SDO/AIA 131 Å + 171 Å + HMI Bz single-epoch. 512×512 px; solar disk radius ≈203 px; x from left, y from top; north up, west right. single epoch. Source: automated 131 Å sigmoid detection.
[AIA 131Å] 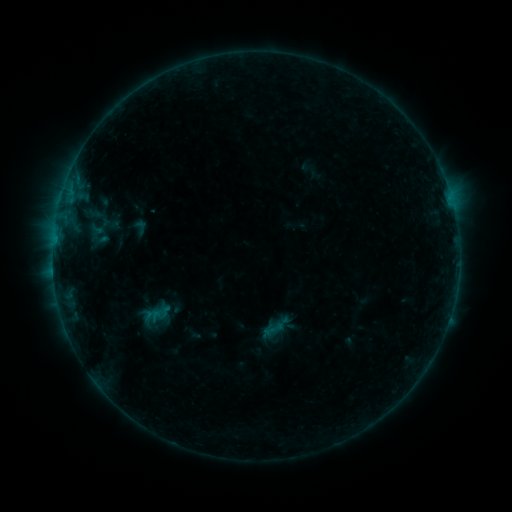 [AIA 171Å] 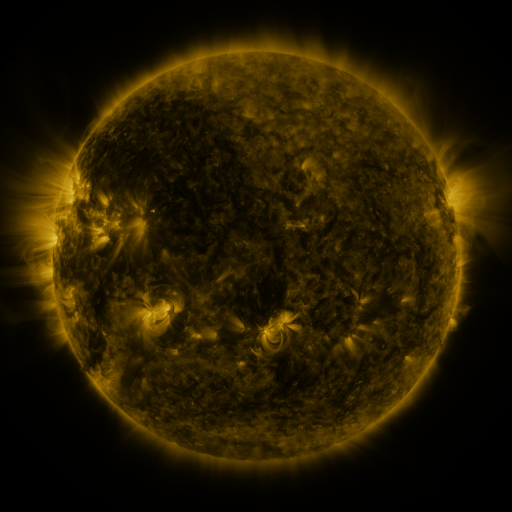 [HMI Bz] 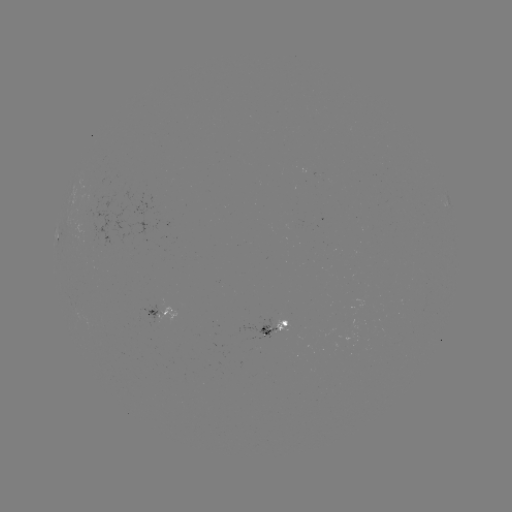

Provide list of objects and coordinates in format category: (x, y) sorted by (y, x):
sigmoid: (140, 227)
